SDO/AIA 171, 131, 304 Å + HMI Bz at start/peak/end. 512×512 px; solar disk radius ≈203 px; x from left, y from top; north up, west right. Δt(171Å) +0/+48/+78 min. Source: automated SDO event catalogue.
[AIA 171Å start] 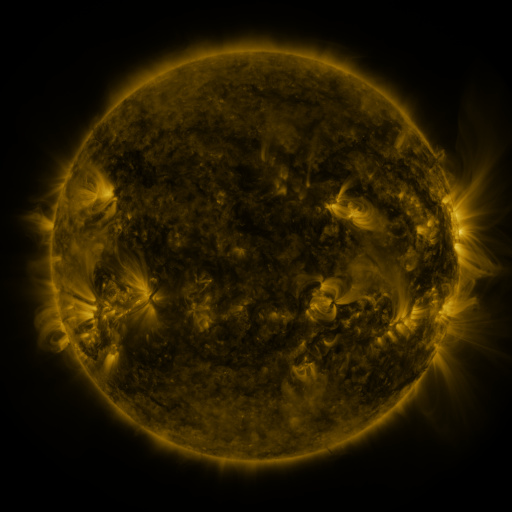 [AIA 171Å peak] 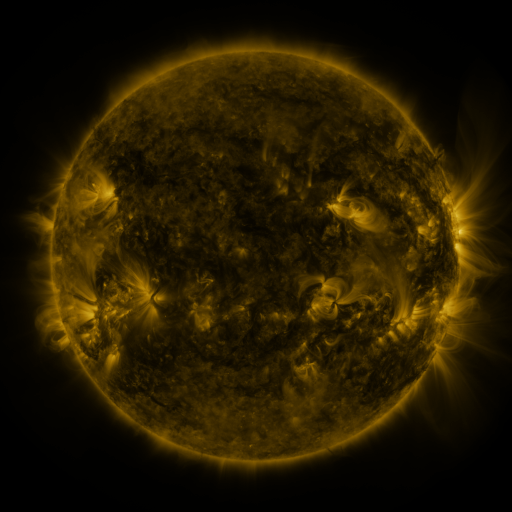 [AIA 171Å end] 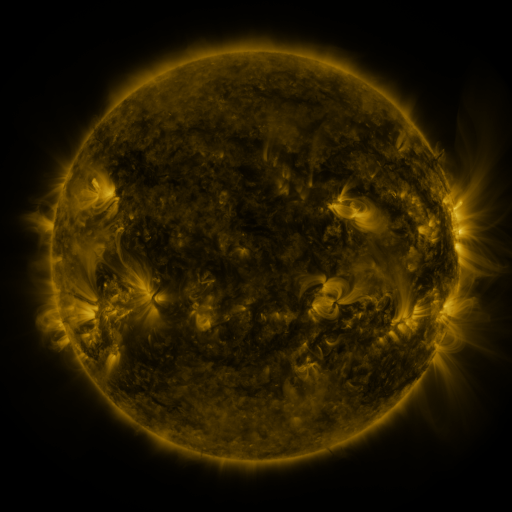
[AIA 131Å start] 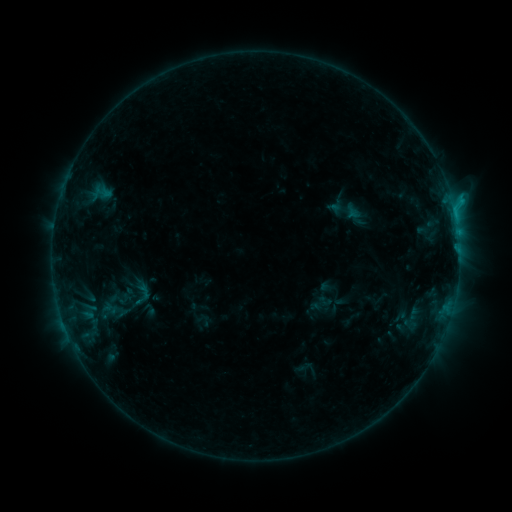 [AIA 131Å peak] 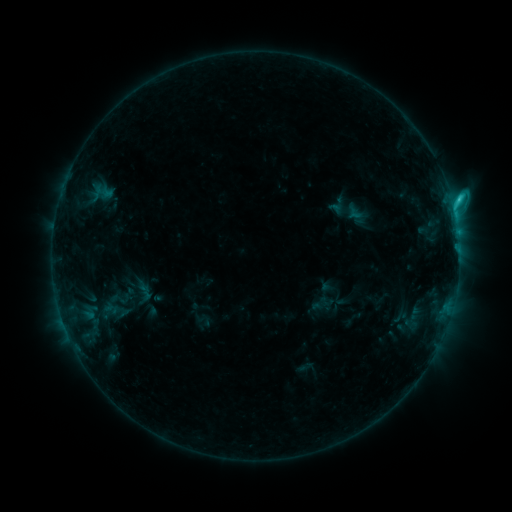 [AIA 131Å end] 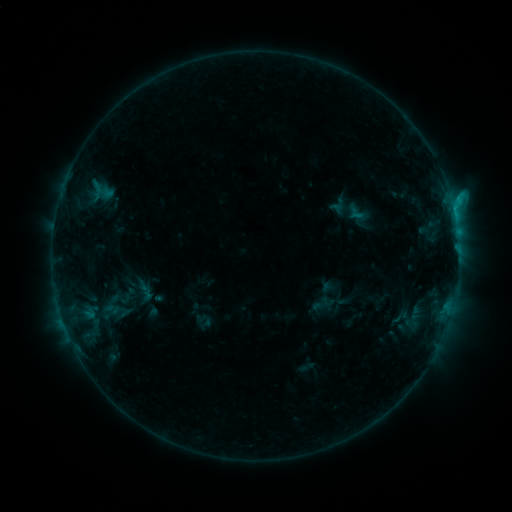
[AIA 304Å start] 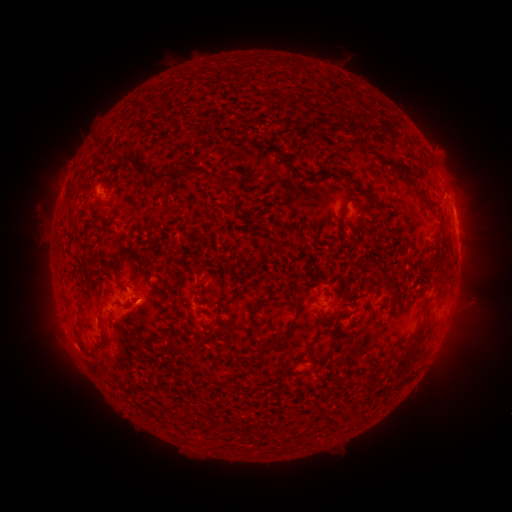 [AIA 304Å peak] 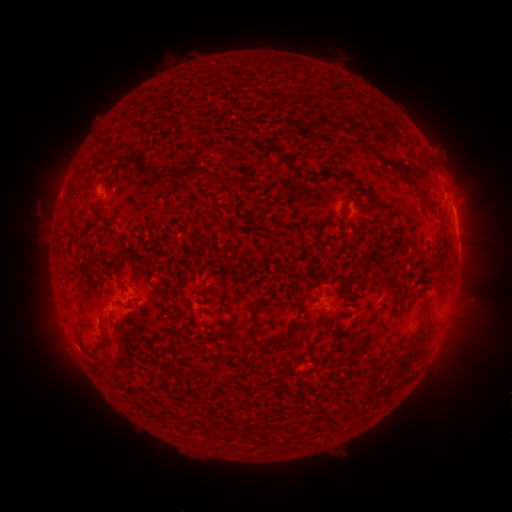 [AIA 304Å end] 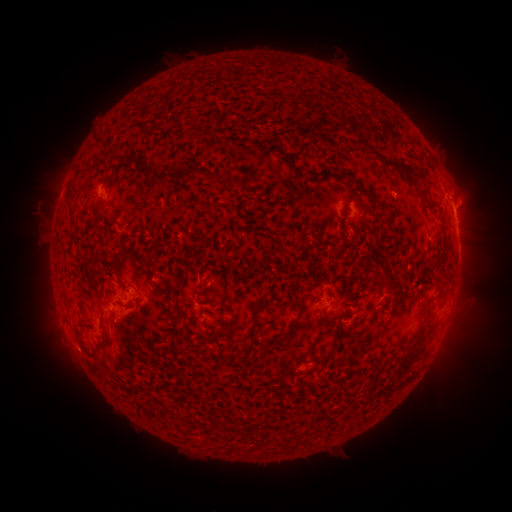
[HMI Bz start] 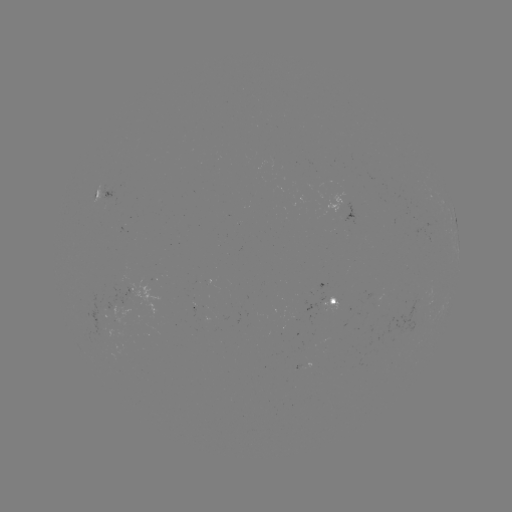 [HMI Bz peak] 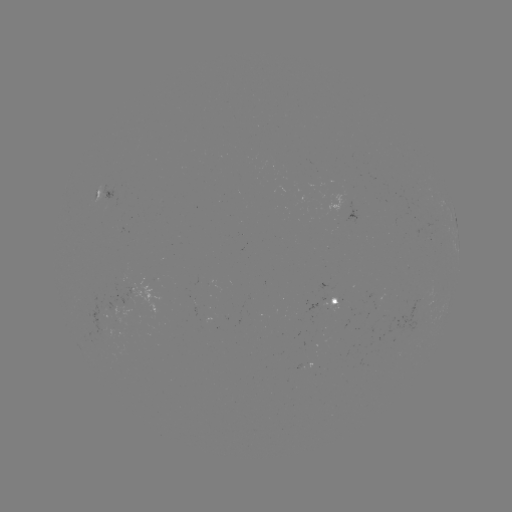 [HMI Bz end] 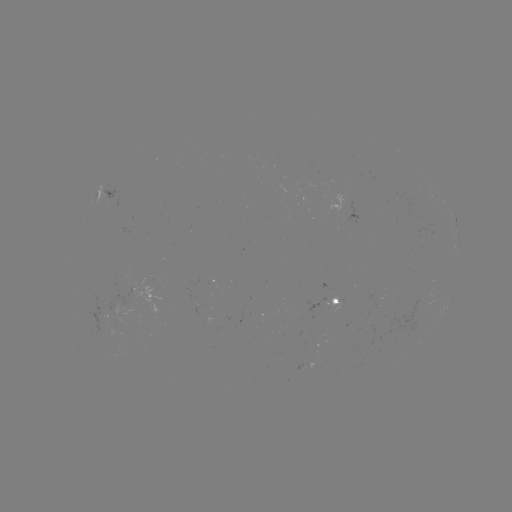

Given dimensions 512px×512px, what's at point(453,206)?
C2.1 flare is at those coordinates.